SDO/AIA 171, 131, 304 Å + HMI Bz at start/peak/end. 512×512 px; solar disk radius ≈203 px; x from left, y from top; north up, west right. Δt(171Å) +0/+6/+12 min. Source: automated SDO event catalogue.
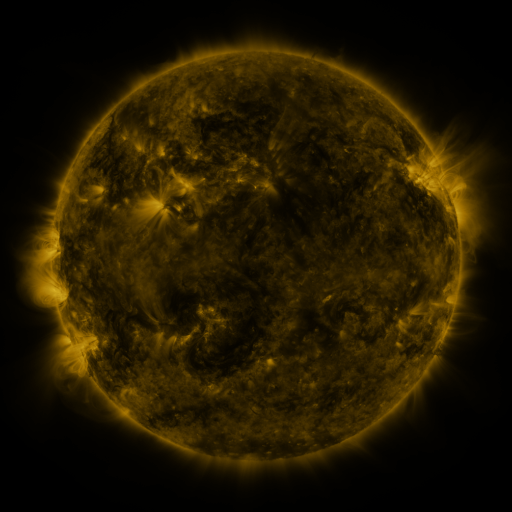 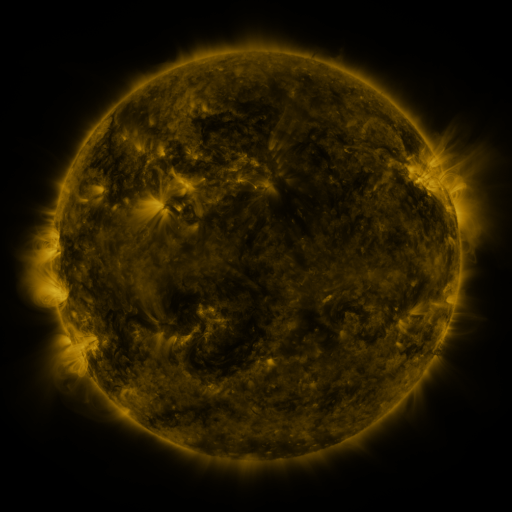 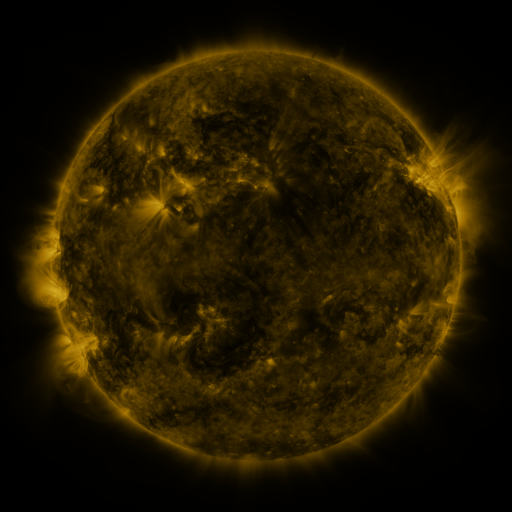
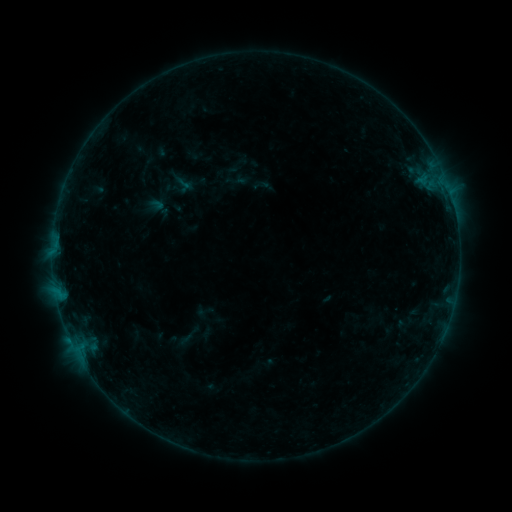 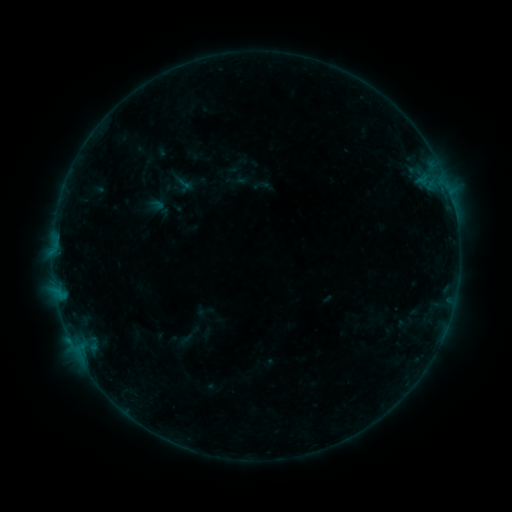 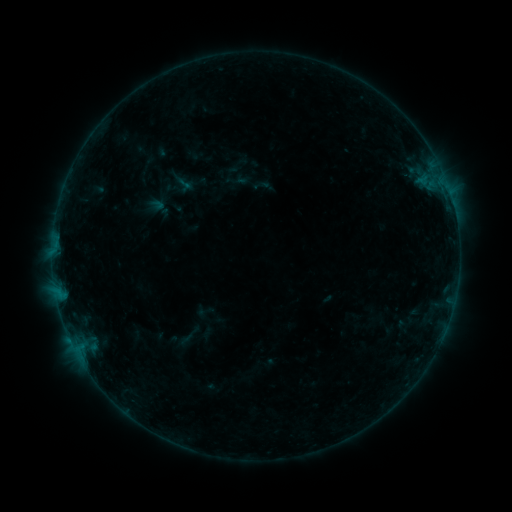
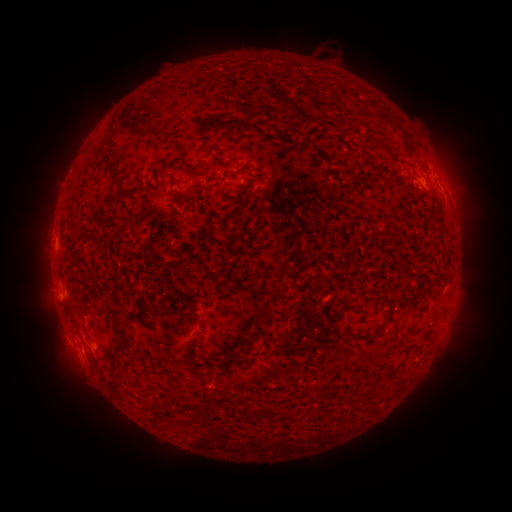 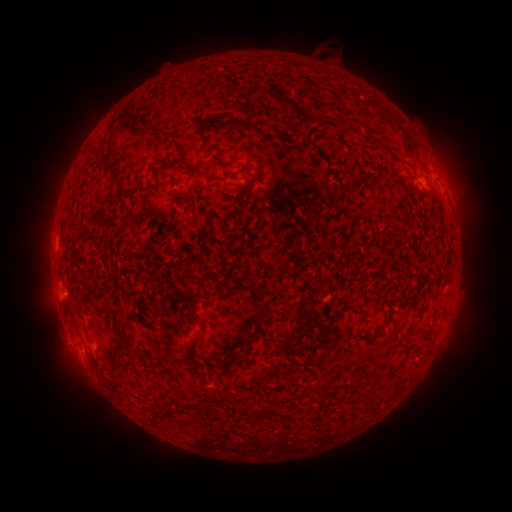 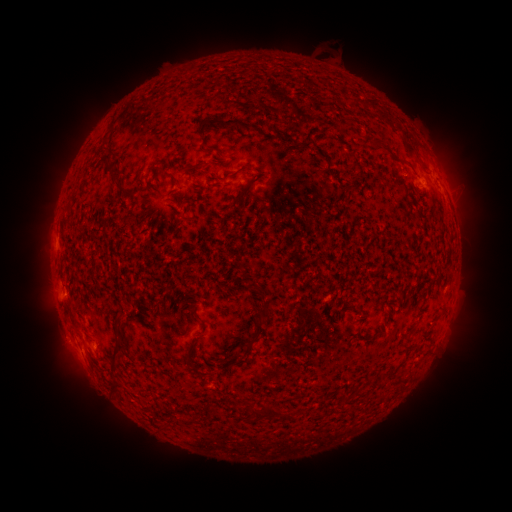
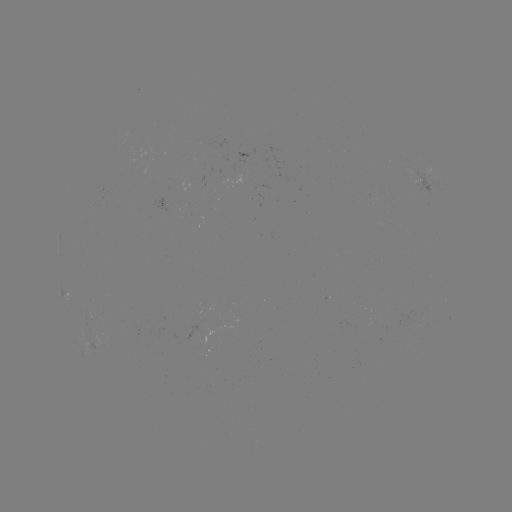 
no flare in any classed list; no EUV-trigger detection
